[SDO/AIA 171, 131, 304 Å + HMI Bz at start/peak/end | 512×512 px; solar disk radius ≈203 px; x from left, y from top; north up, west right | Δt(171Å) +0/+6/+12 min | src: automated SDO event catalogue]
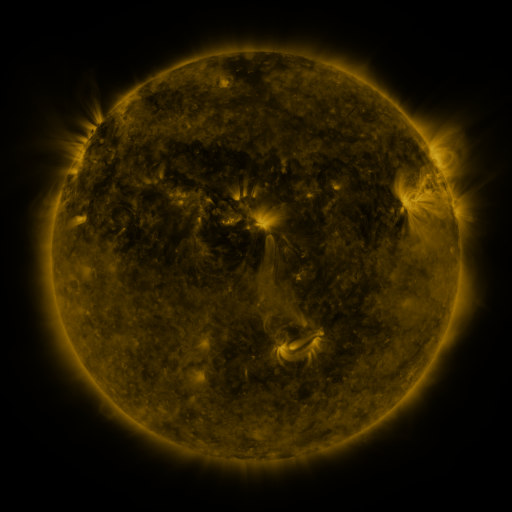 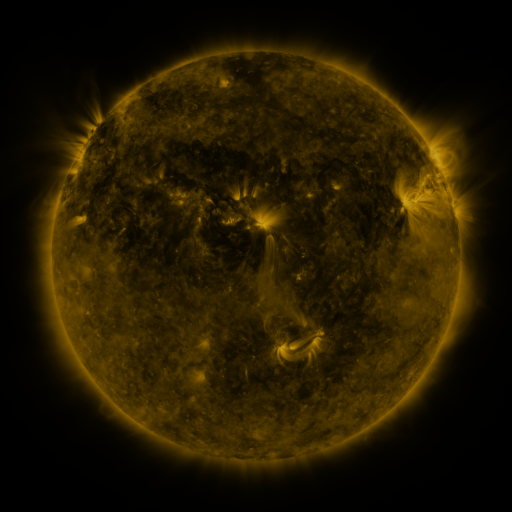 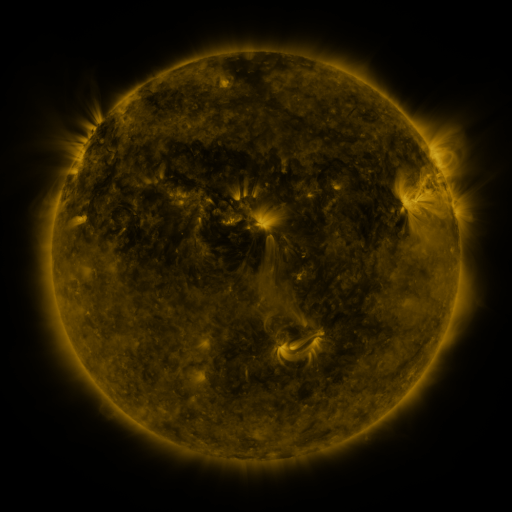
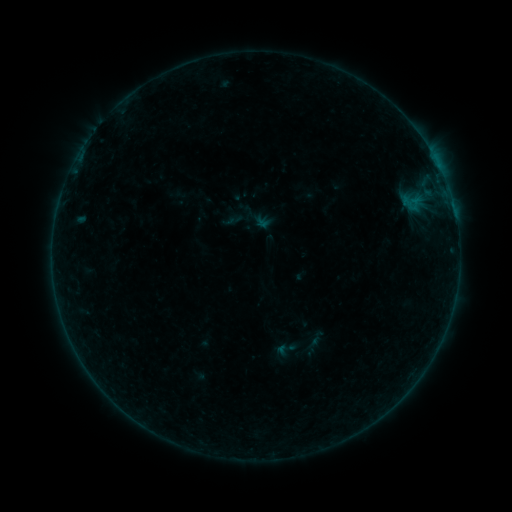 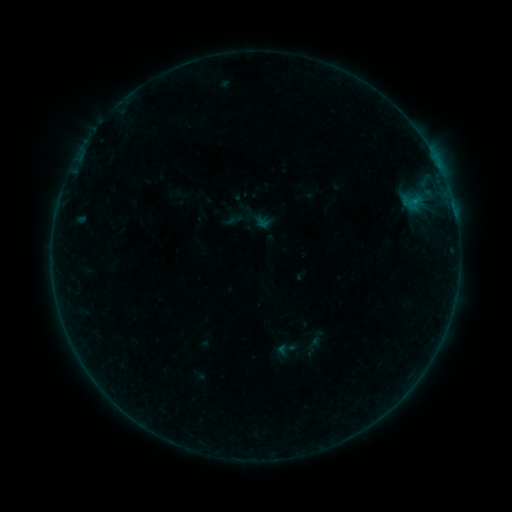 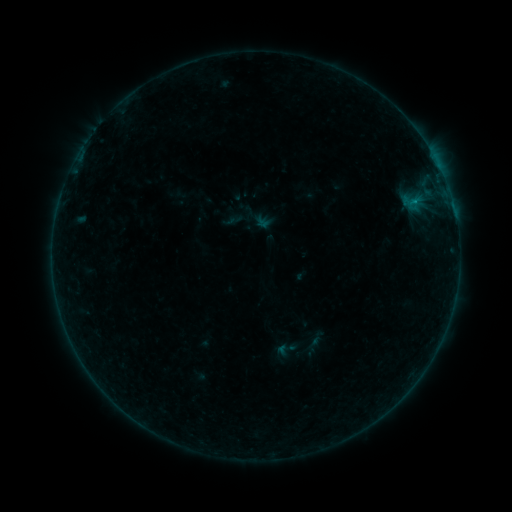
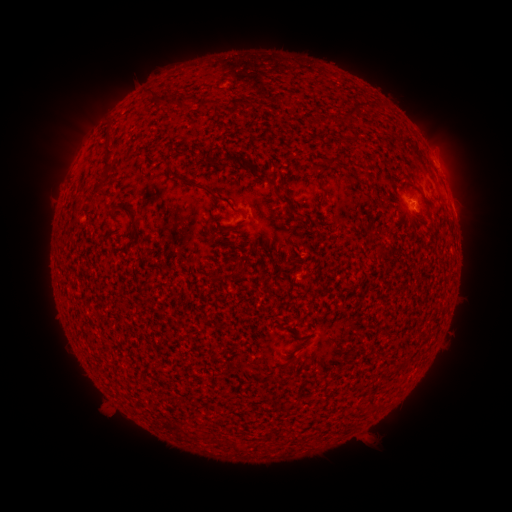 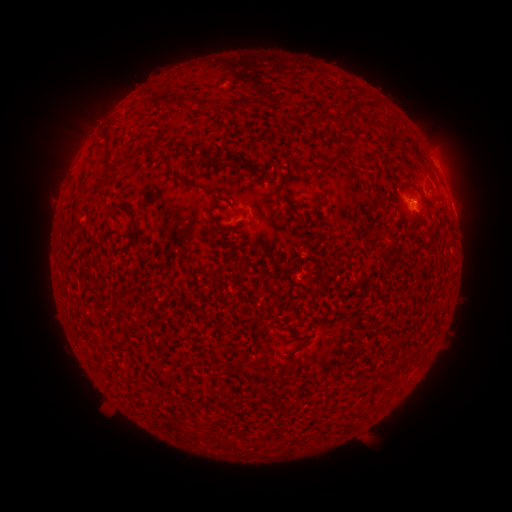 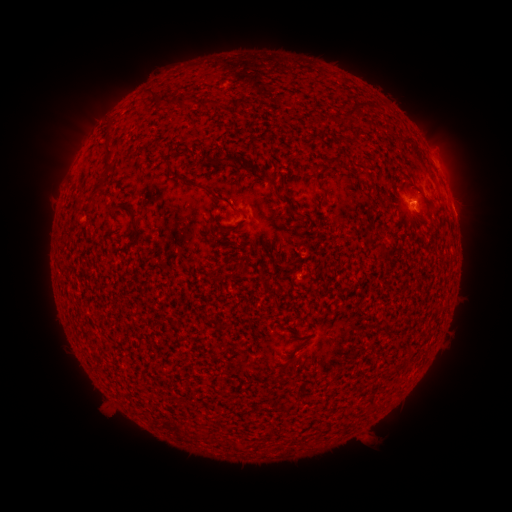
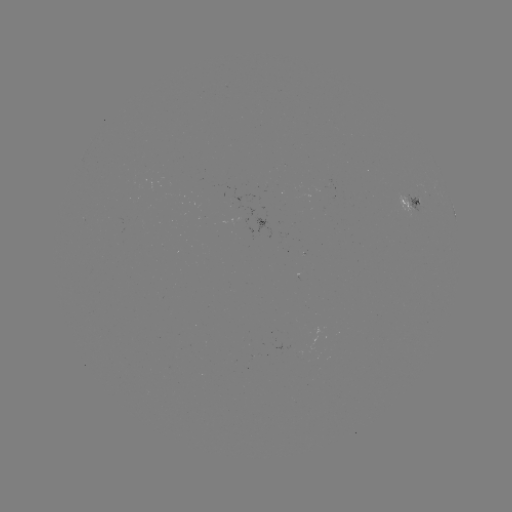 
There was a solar flare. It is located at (415, 203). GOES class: B2.5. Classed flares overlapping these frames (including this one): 1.